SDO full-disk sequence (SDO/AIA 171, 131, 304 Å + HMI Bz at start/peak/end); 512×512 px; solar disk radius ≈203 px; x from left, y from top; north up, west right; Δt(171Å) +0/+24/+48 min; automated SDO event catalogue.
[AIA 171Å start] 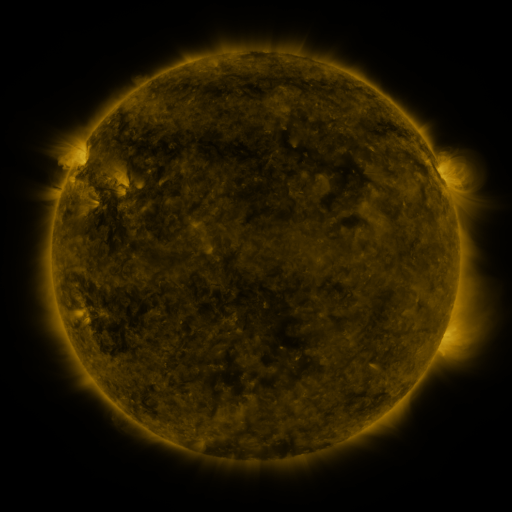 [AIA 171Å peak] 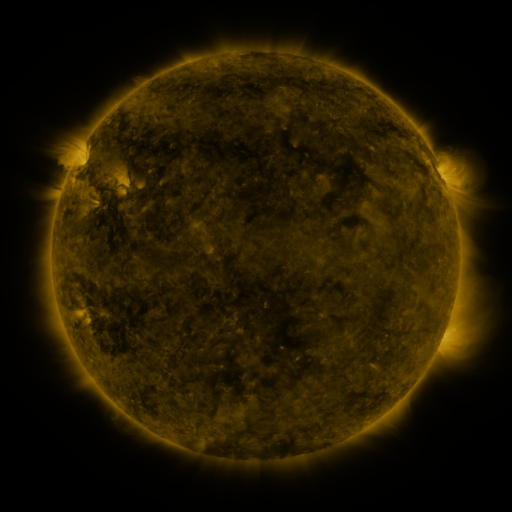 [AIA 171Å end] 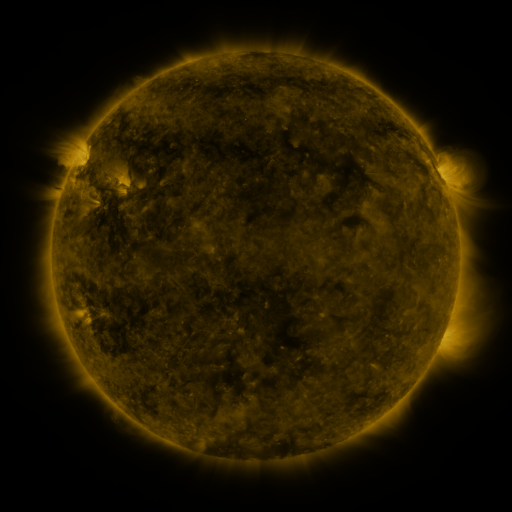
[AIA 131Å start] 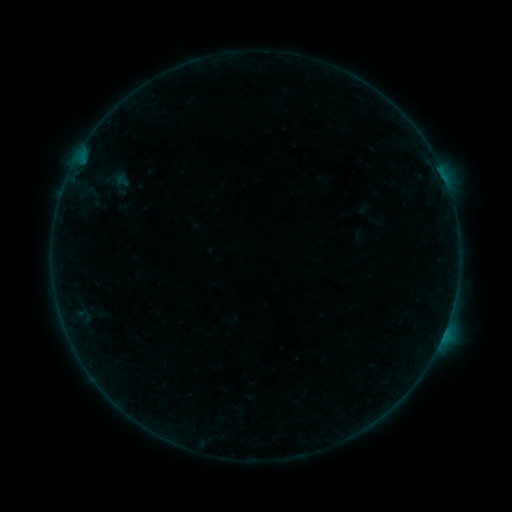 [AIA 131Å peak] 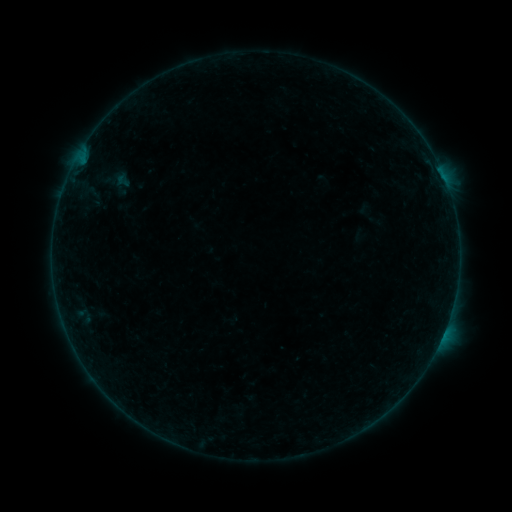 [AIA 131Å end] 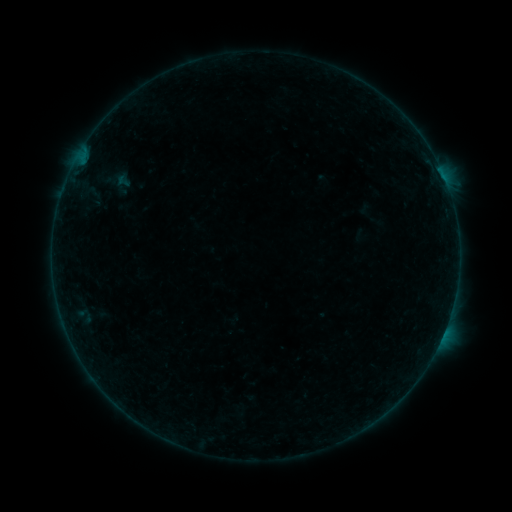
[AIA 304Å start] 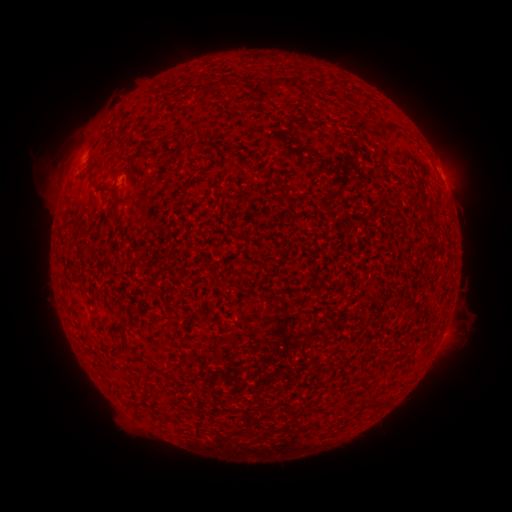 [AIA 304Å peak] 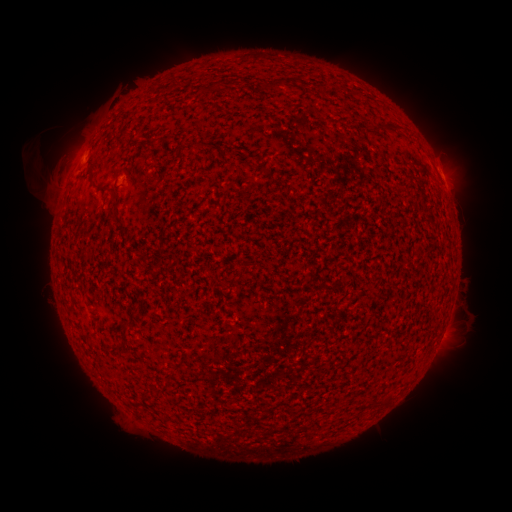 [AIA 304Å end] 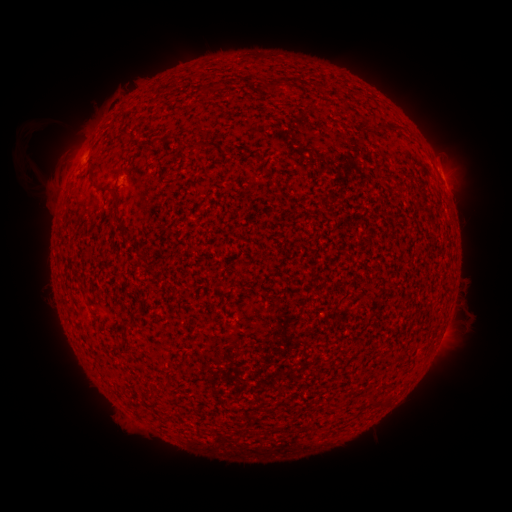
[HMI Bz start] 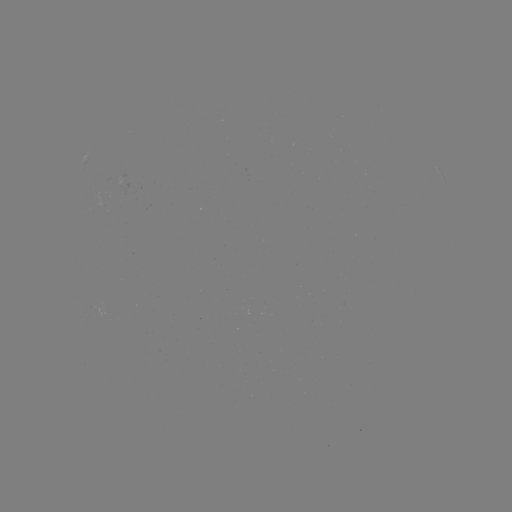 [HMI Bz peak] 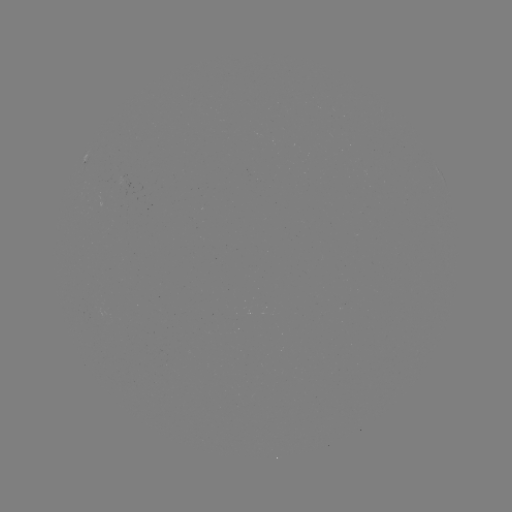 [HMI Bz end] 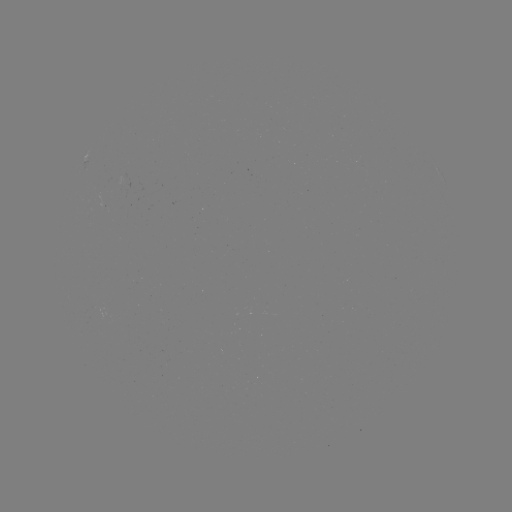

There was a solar eruption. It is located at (37, 147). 